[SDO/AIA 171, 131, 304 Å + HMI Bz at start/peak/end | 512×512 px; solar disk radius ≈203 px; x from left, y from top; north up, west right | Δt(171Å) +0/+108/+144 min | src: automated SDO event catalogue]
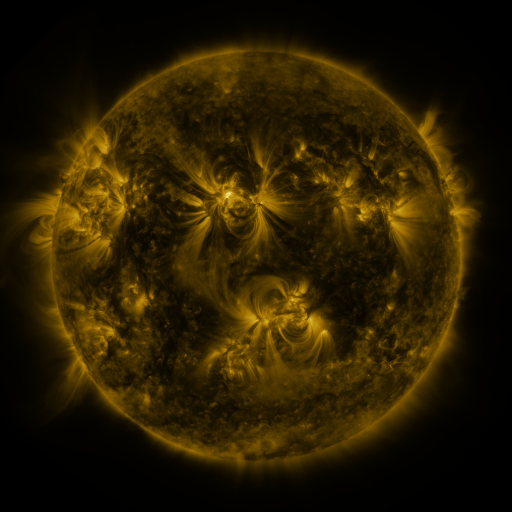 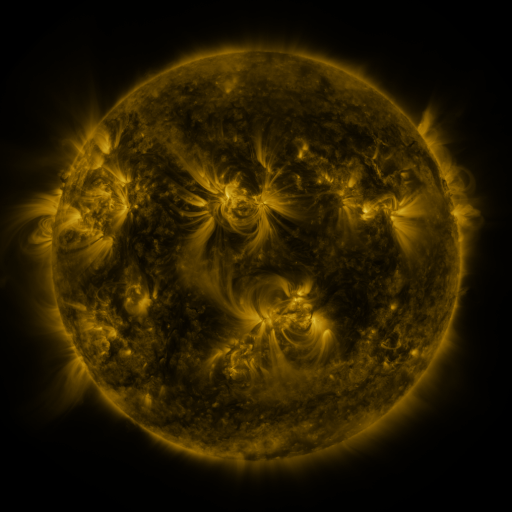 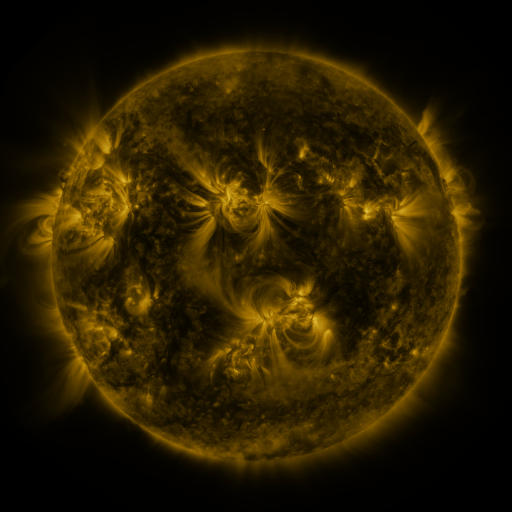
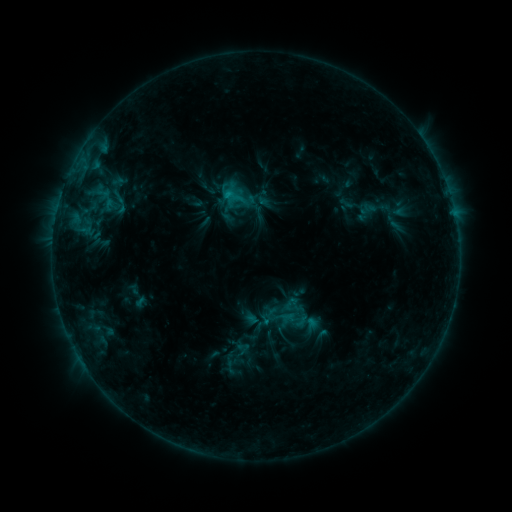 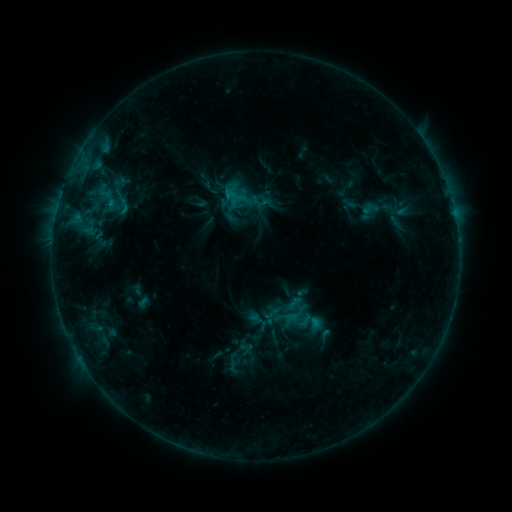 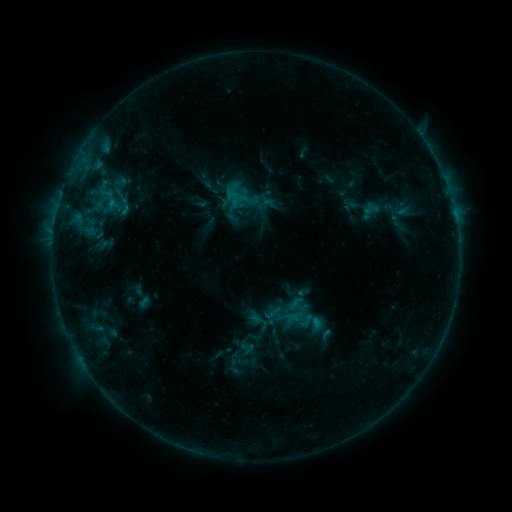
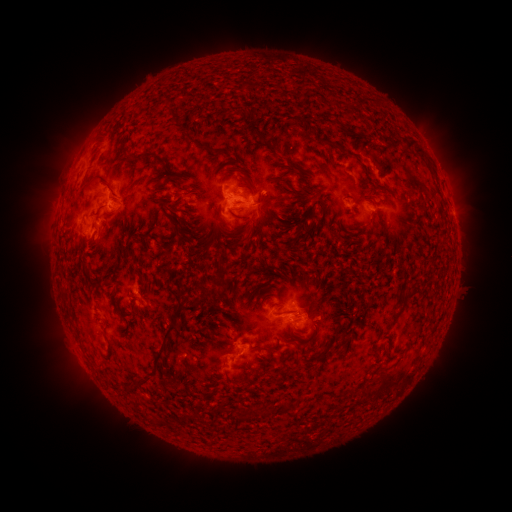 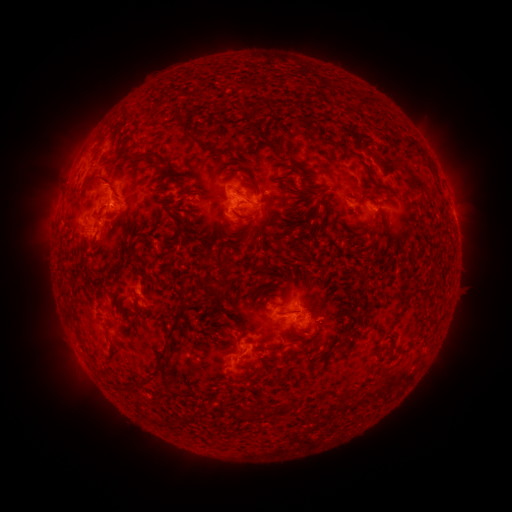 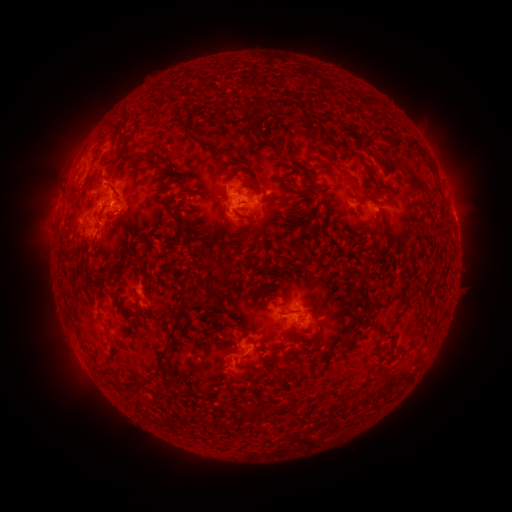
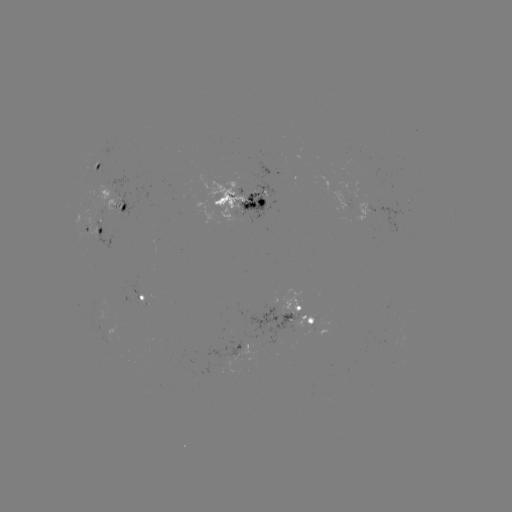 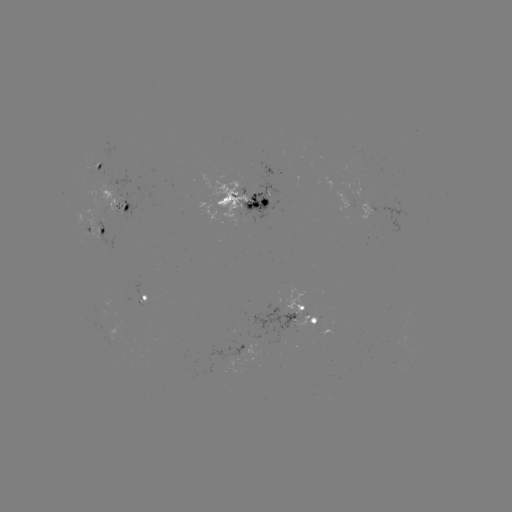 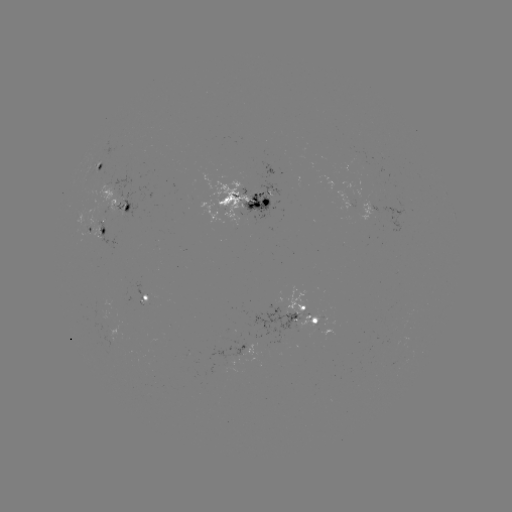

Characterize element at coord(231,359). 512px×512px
emerging-flux region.